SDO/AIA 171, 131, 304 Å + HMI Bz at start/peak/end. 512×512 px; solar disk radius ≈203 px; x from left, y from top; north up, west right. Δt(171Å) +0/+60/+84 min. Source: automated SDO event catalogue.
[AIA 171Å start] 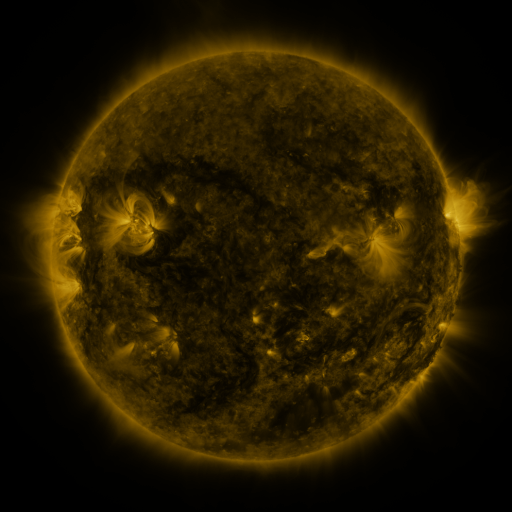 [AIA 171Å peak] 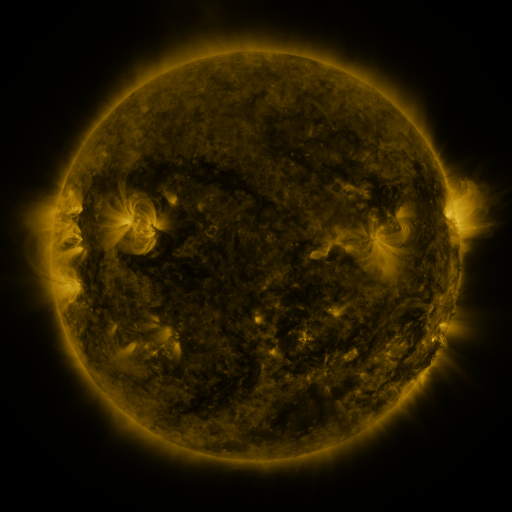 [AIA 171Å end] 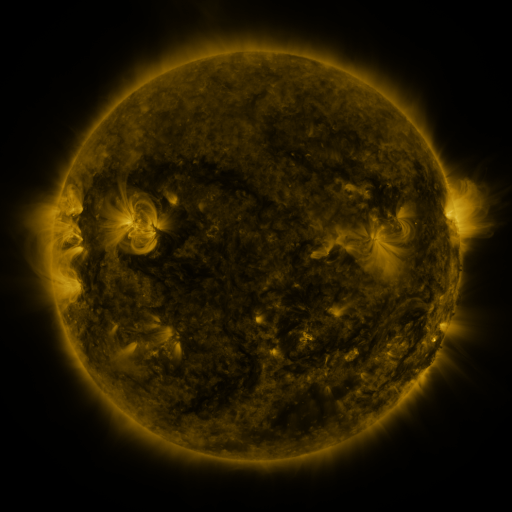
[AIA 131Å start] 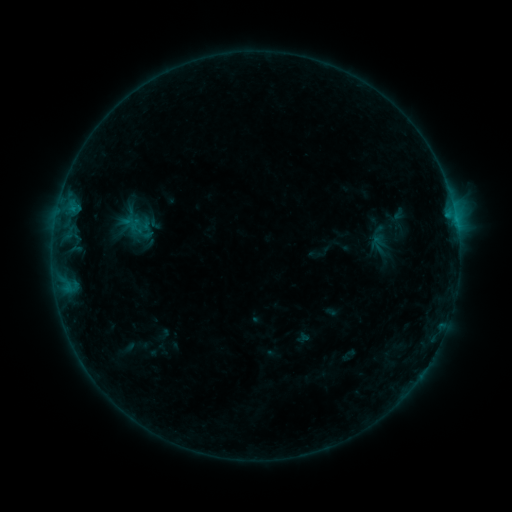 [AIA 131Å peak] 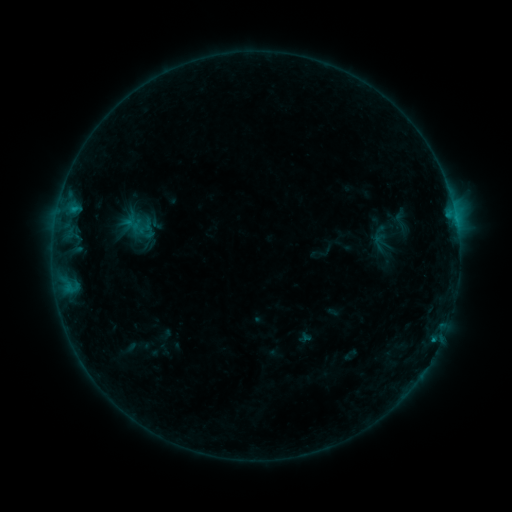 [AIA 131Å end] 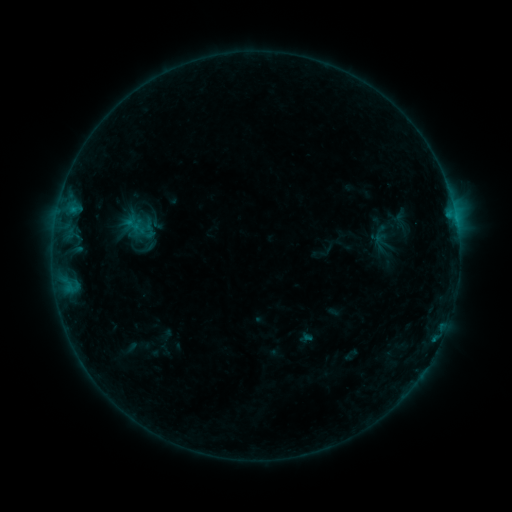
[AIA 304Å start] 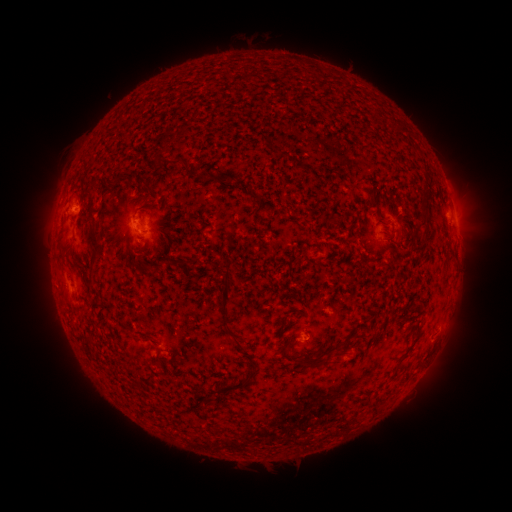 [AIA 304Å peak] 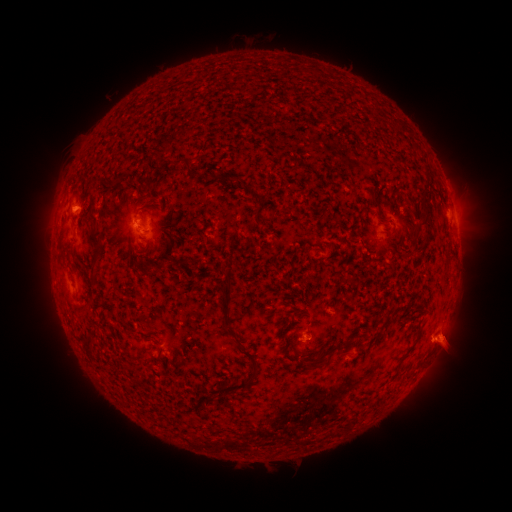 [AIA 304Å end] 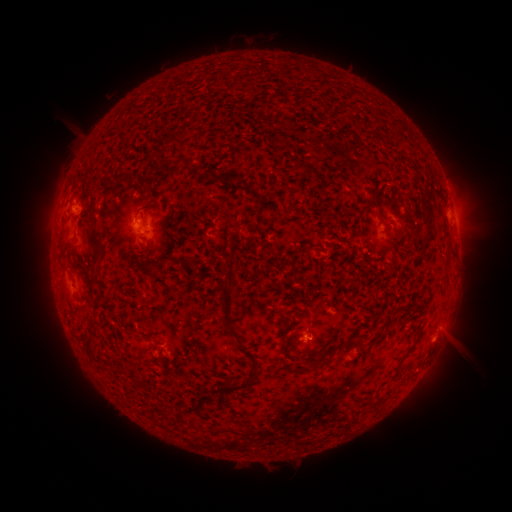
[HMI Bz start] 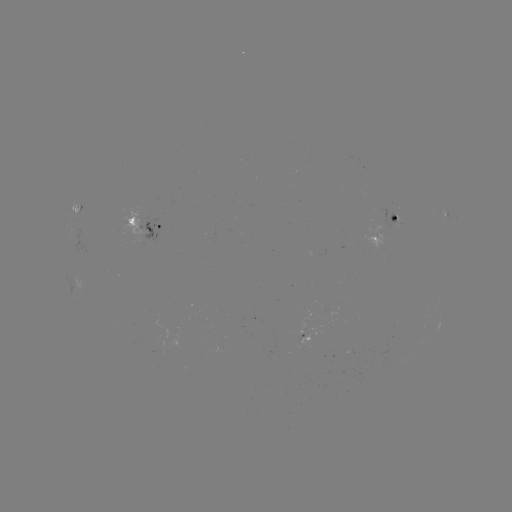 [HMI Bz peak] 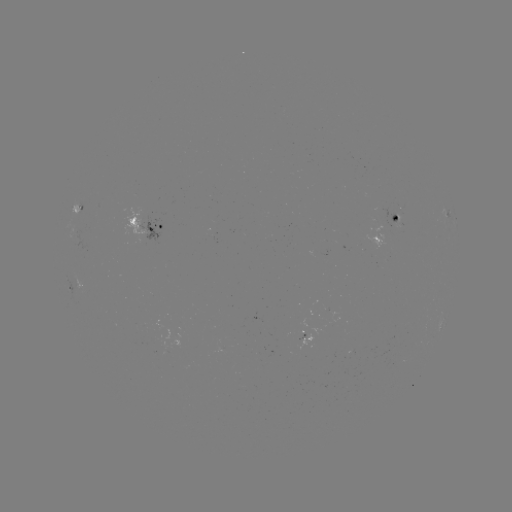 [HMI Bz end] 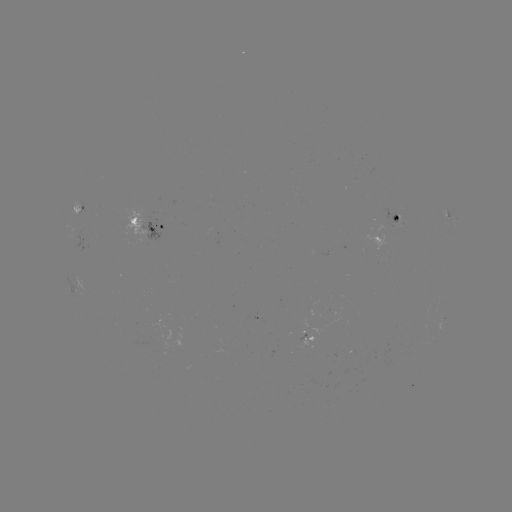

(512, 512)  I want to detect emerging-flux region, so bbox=[382, 207, 403, 226].